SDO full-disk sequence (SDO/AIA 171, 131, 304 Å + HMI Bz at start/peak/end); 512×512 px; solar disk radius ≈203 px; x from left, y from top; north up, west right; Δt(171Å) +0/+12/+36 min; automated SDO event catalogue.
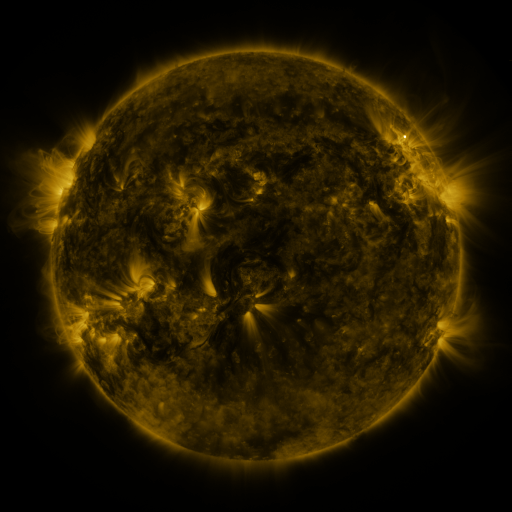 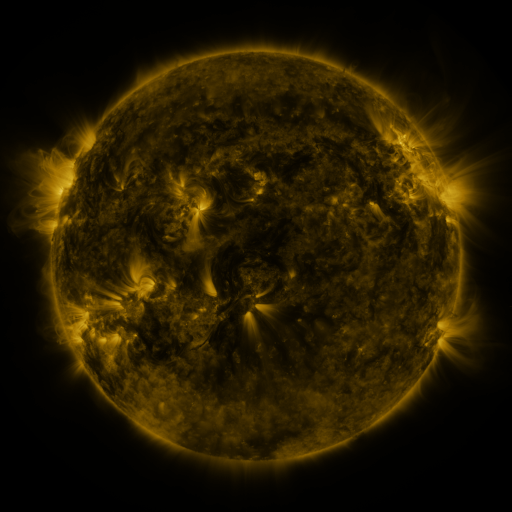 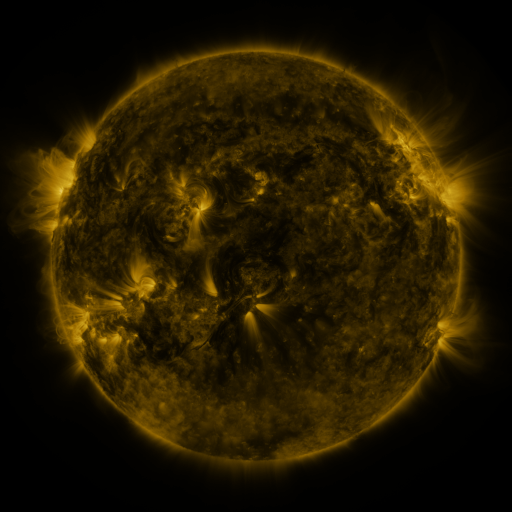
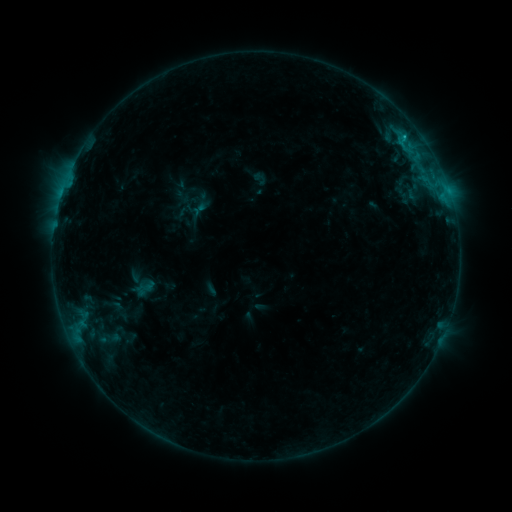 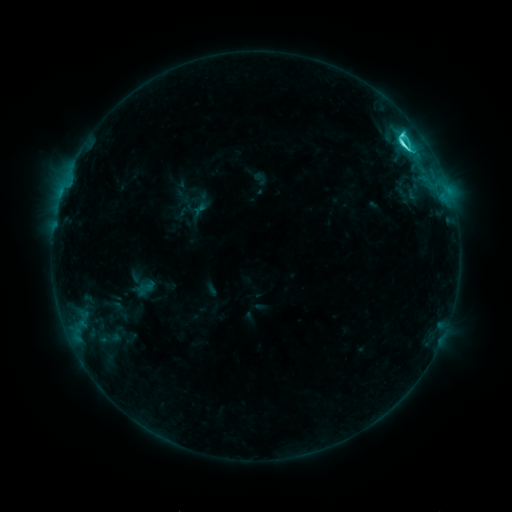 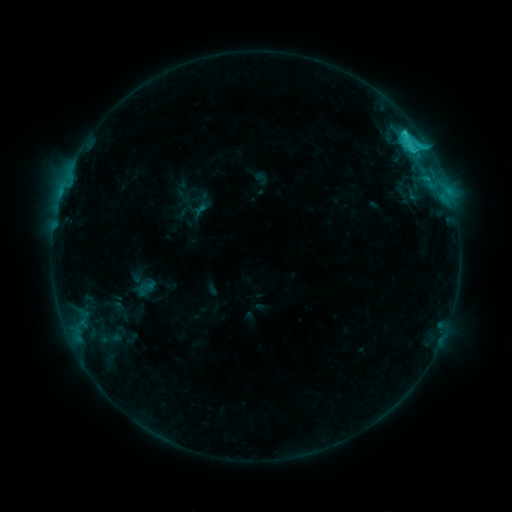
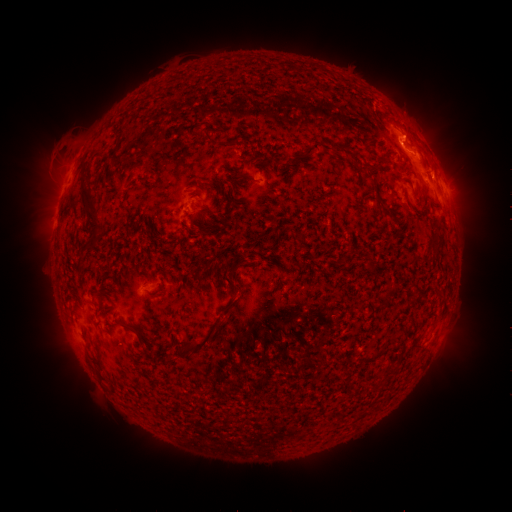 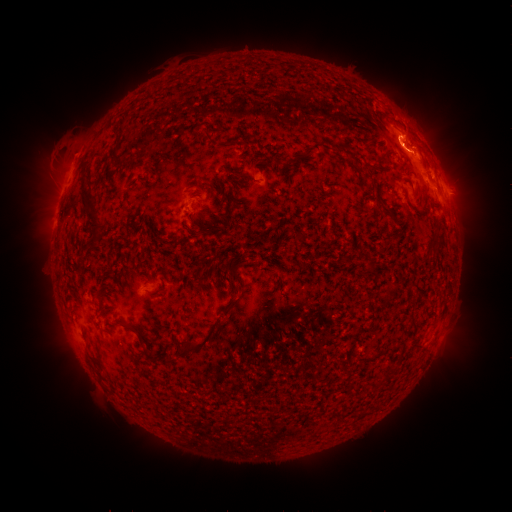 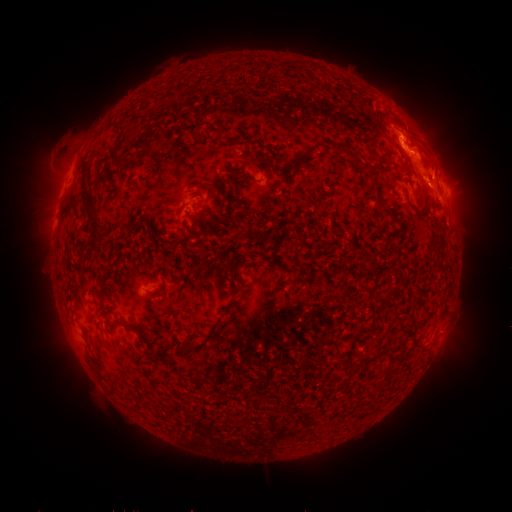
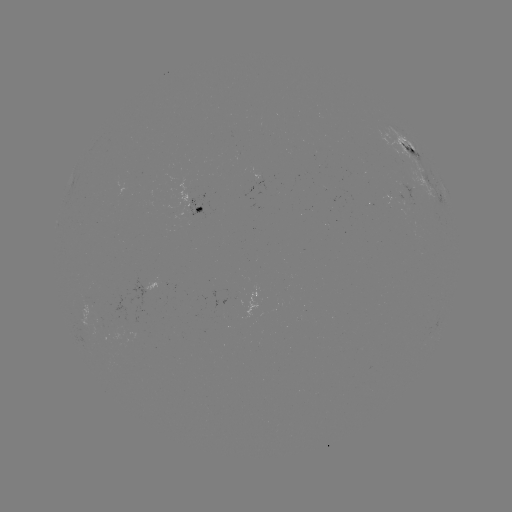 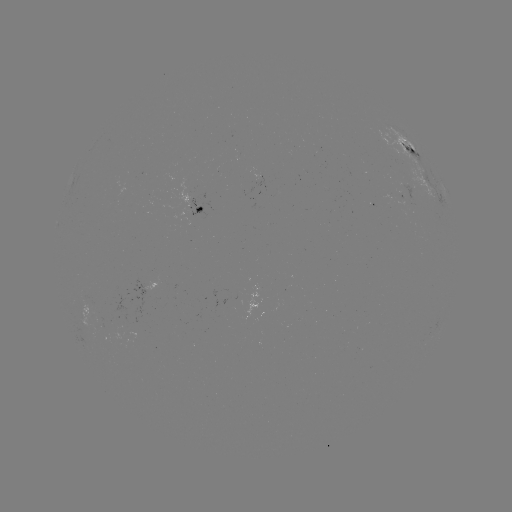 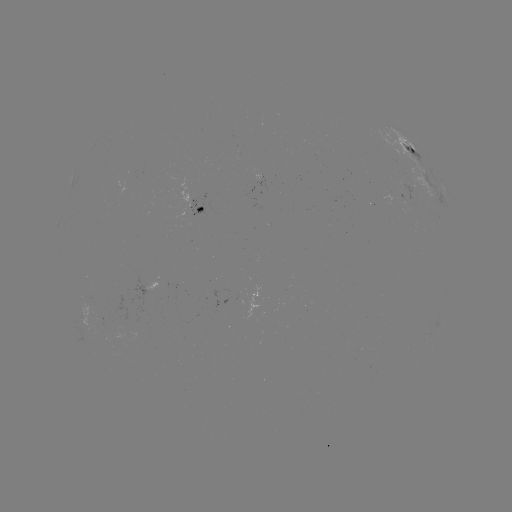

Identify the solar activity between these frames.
C5.8 flare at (402, 145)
